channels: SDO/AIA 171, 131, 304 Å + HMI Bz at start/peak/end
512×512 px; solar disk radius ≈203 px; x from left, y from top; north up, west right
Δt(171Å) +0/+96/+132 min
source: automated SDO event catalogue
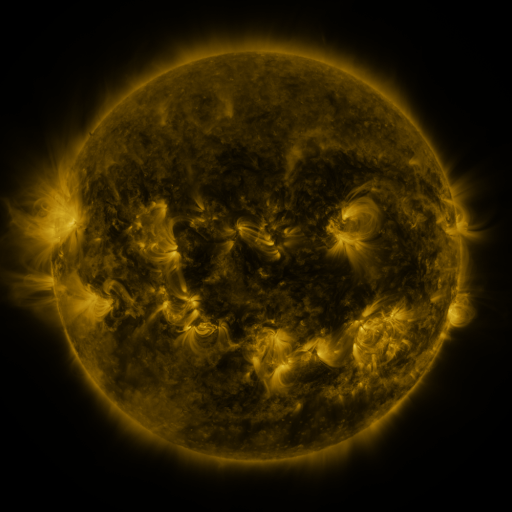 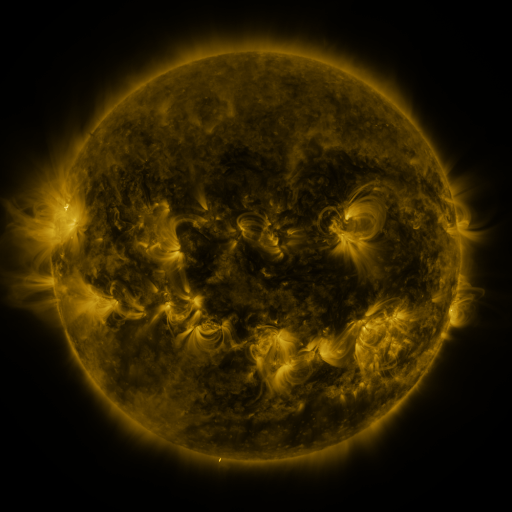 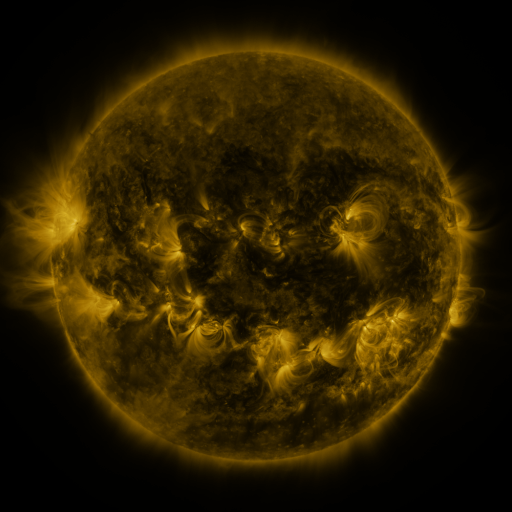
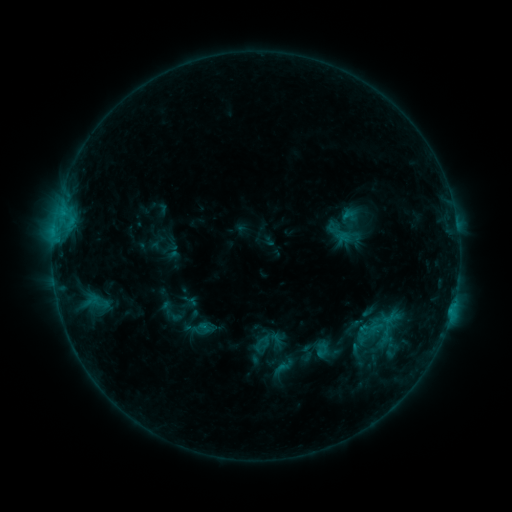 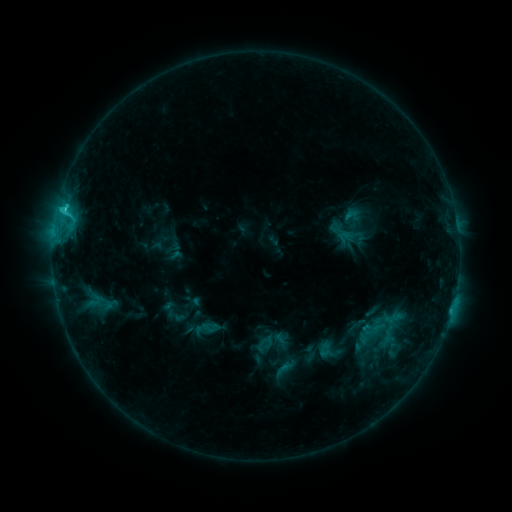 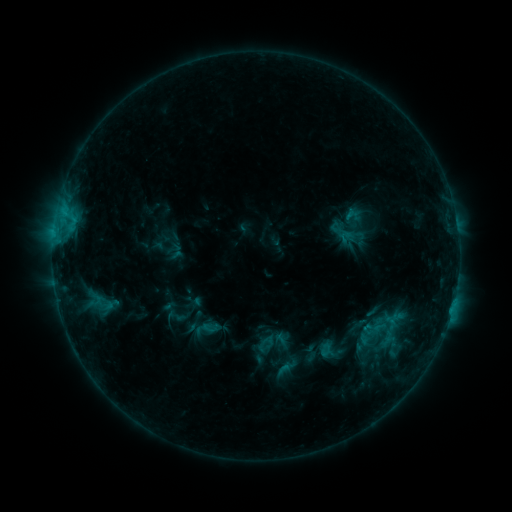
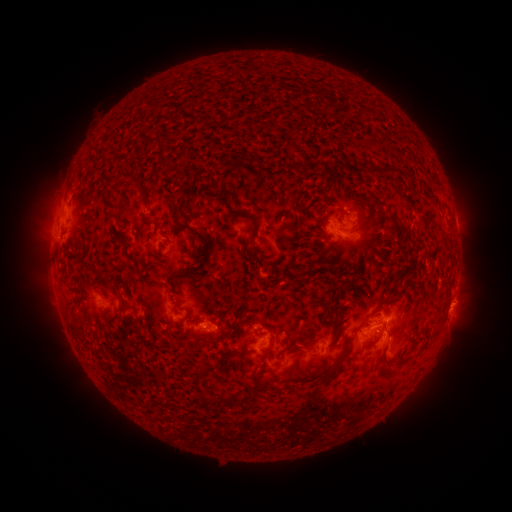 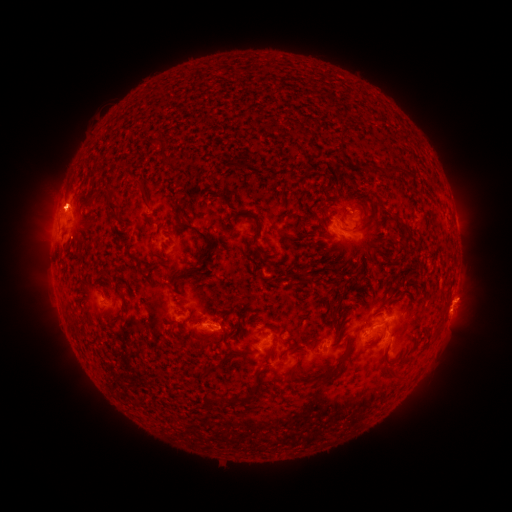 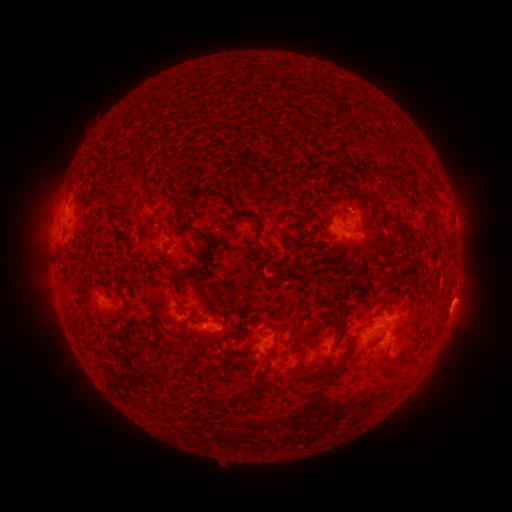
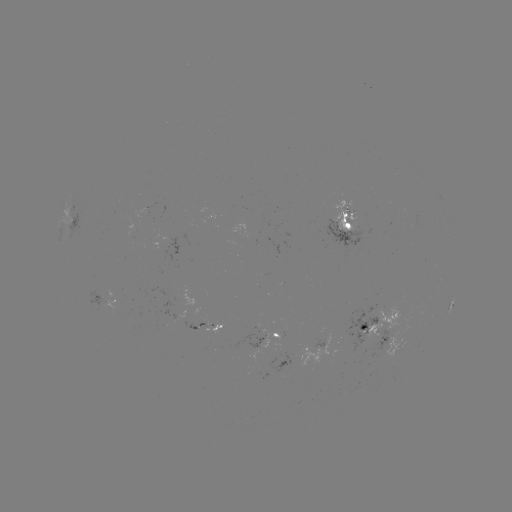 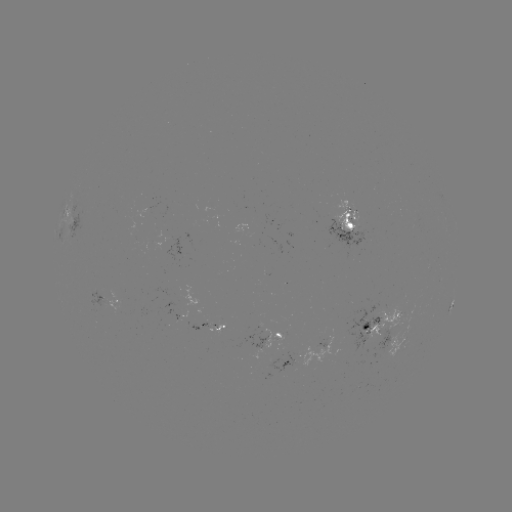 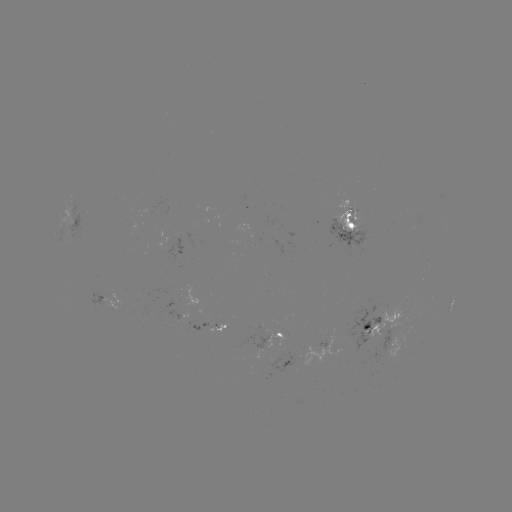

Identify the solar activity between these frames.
emerging-flux region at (184, 299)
